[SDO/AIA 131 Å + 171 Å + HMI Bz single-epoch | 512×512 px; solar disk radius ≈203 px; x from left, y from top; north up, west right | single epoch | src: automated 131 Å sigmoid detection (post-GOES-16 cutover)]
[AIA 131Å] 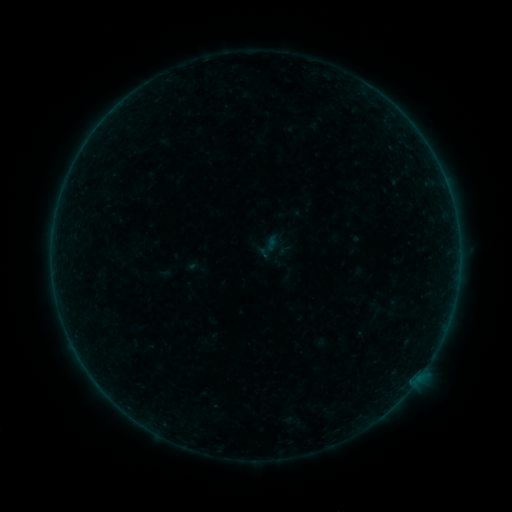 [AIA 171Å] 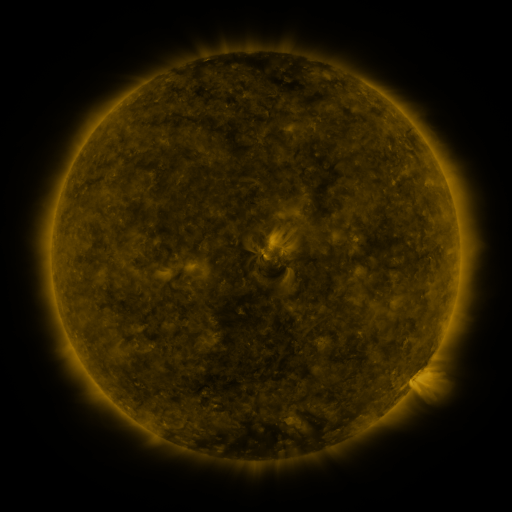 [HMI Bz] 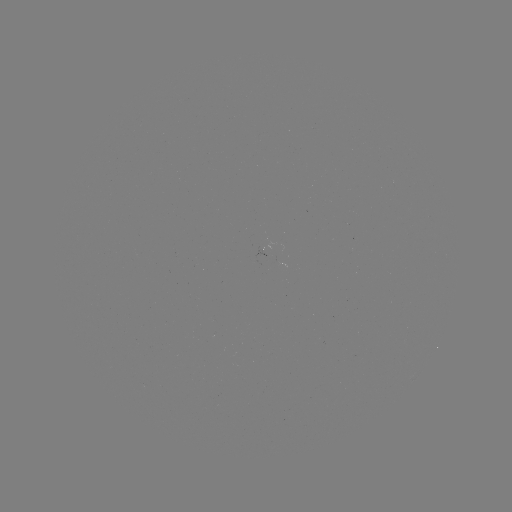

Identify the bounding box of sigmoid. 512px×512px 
[253, 232, 283, 262].